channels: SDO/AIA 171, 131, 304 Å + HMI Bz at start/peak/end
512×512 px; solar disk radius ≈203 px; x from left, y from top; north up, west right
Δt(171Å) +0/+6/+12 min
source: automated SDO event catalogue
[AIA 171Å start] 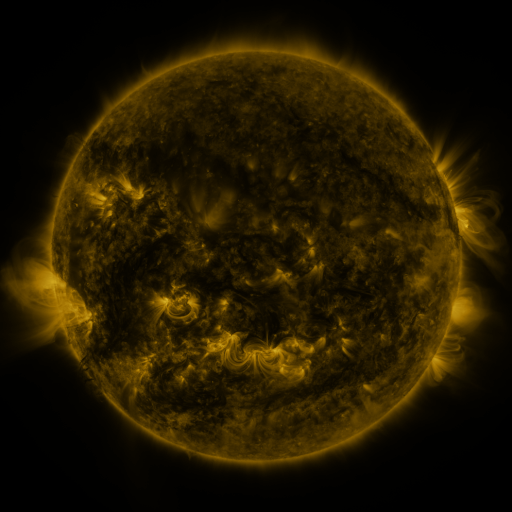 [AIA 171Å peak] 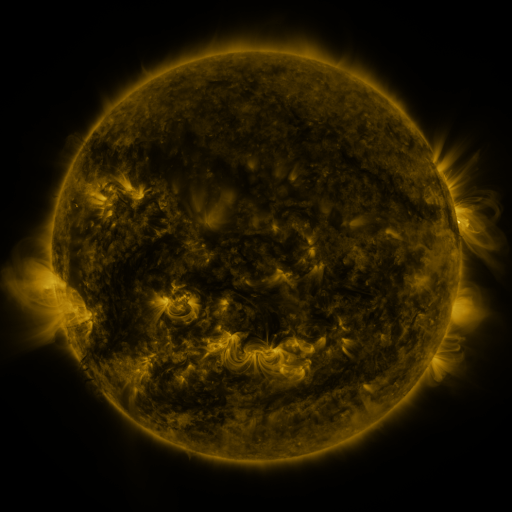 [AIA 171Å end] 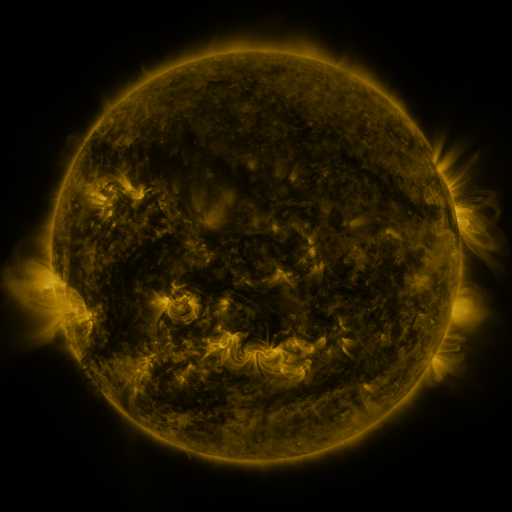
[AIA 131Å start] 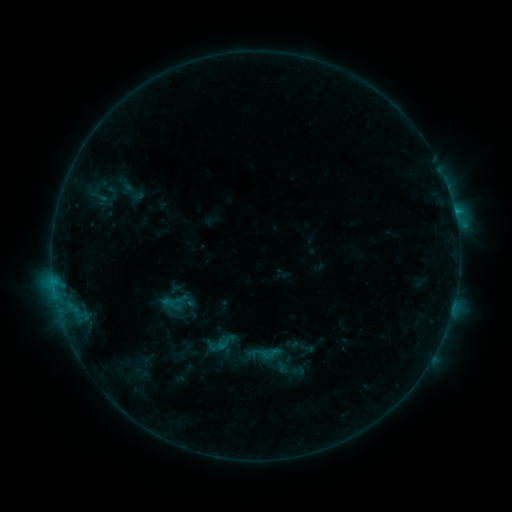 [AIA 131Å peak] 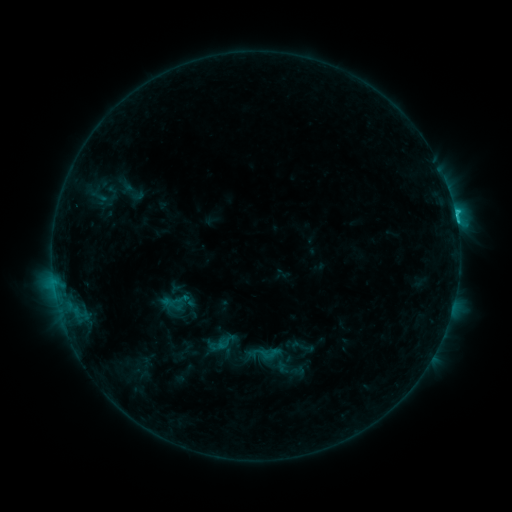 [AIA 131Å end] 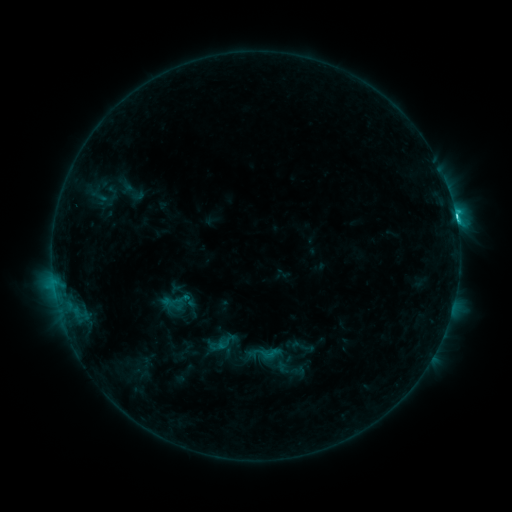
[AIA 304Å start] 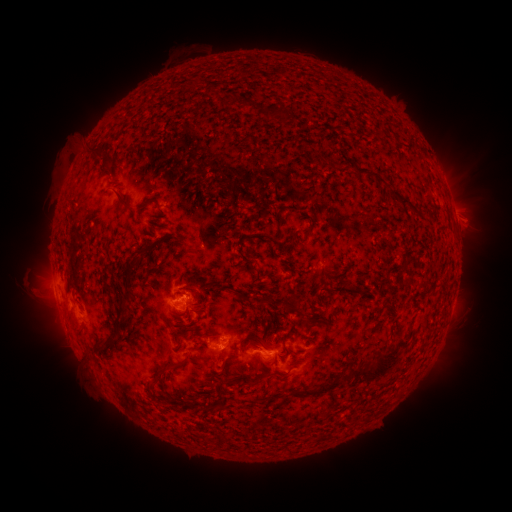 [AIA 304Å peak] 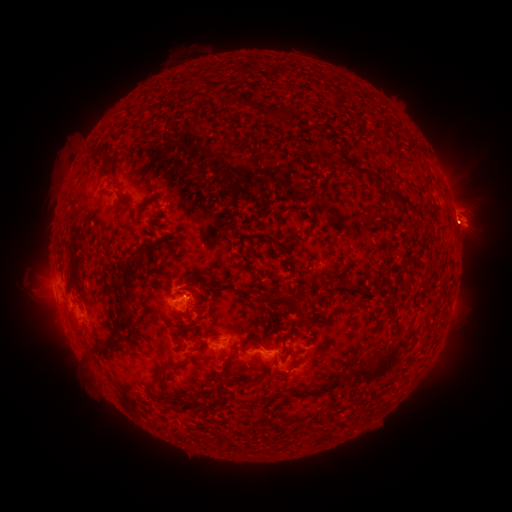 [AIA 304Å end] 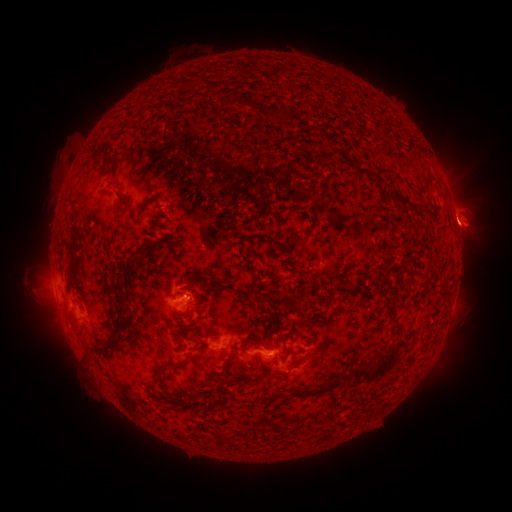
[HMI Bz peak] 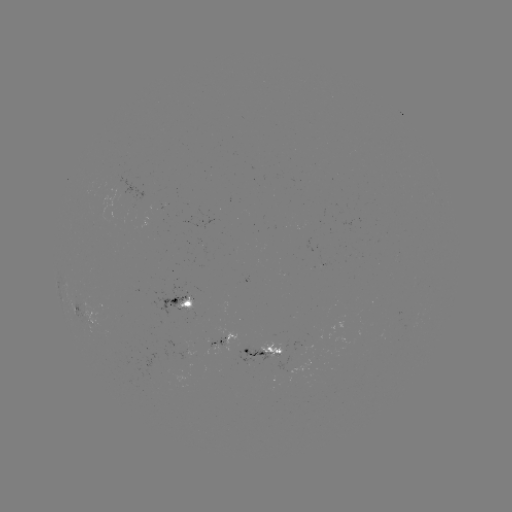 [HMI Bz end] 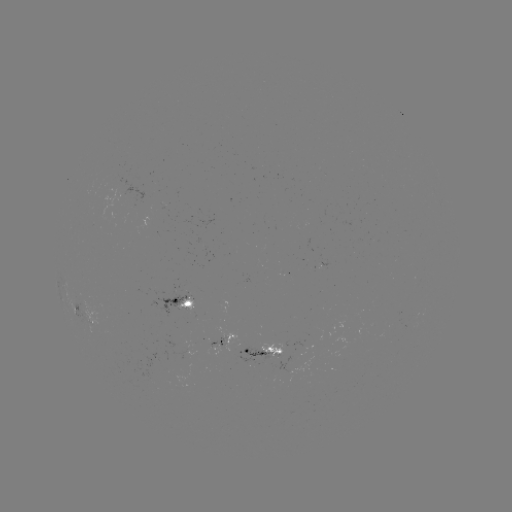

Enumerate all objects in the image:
C4.4 flare: (455, 218)
